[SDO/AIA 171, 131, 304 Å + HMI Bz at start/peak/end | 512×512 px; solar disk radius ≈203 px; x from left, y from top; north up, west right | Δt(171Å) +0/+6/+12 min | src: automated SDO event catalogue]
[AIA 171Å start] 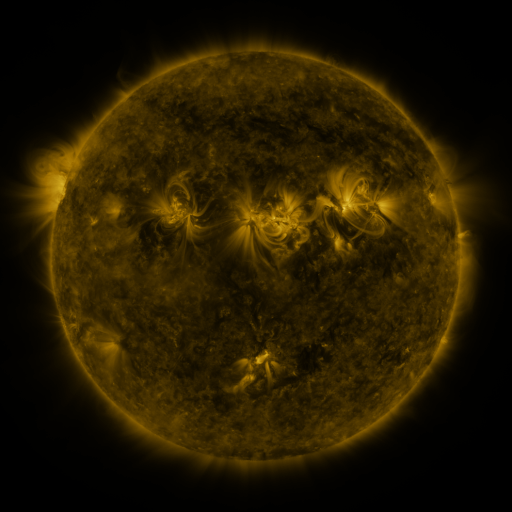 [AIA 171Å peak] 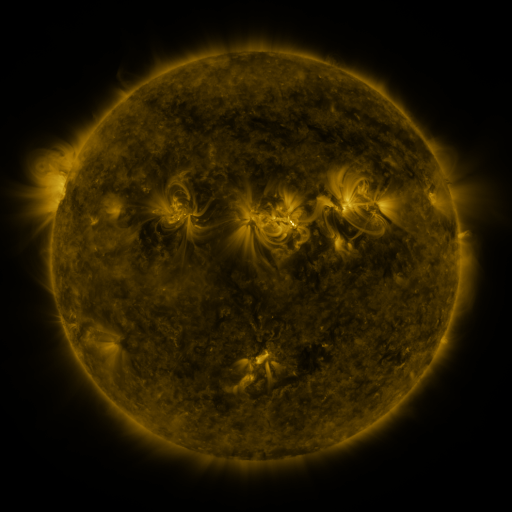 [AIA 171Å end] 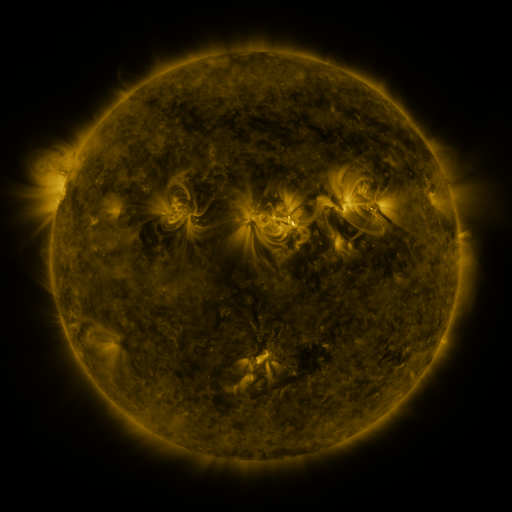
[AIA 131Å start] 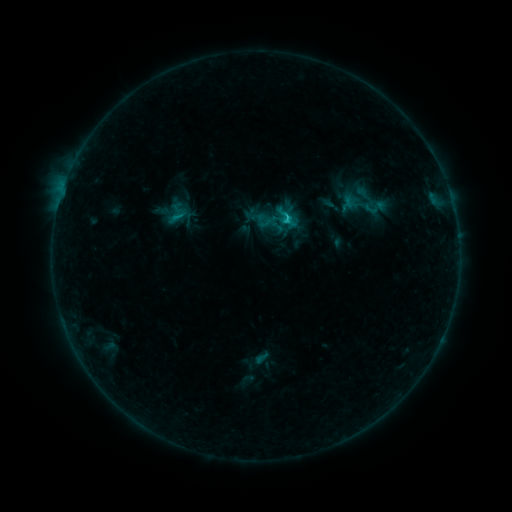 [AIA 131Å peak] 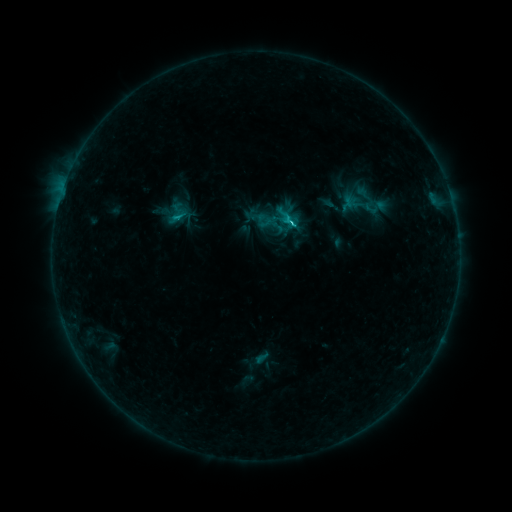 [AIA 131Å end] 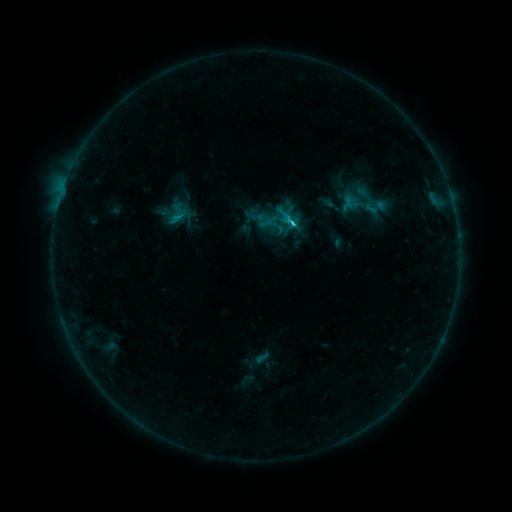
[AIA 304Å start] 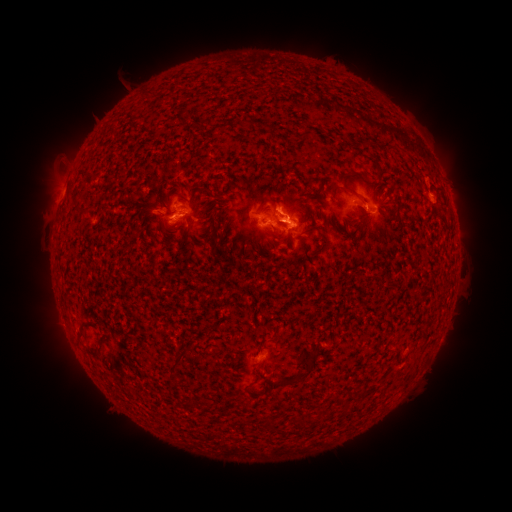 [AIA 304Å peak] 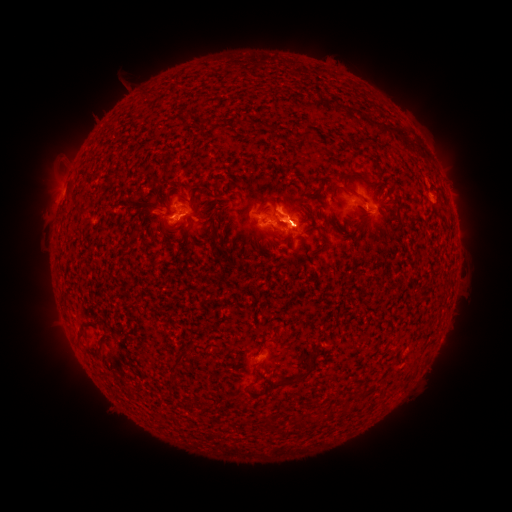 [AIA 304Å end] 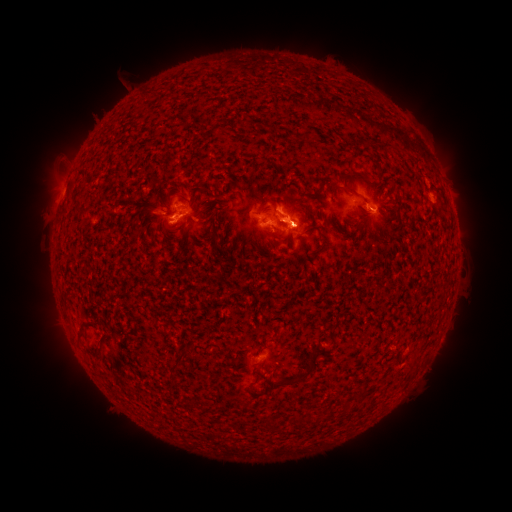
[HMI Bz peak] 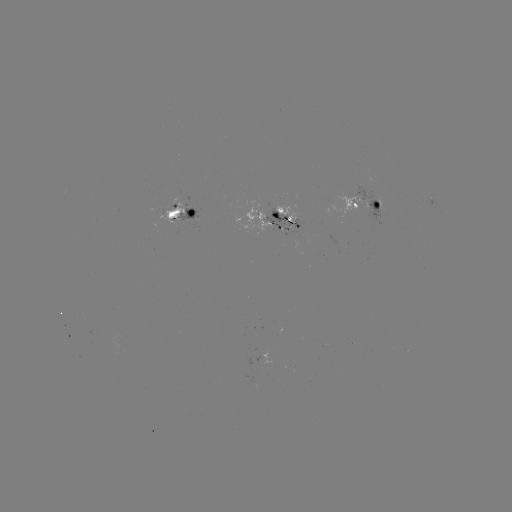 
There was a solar flare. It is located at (290, 226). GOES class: C3.2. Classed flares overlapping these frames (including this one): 1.